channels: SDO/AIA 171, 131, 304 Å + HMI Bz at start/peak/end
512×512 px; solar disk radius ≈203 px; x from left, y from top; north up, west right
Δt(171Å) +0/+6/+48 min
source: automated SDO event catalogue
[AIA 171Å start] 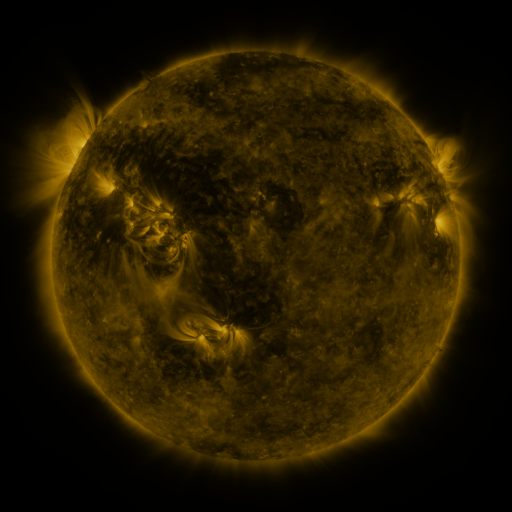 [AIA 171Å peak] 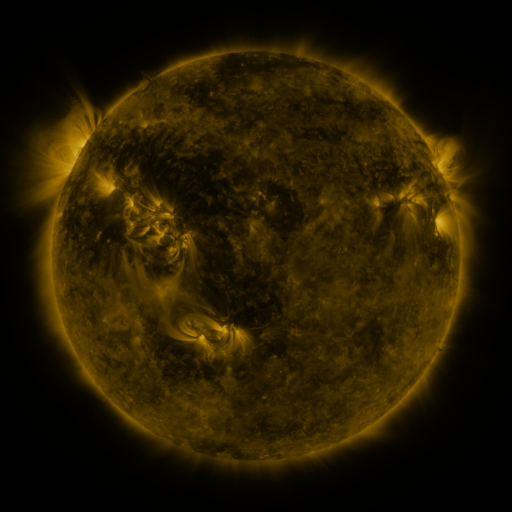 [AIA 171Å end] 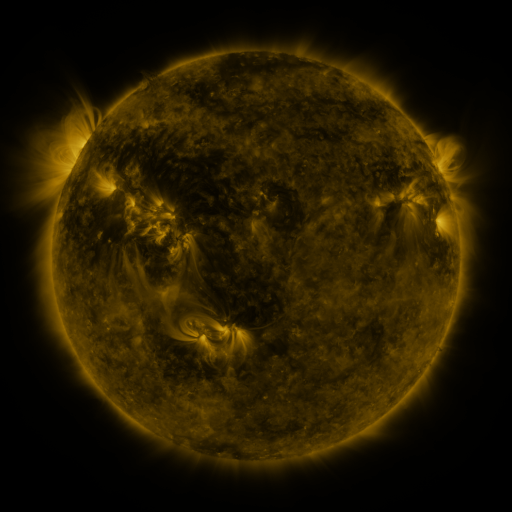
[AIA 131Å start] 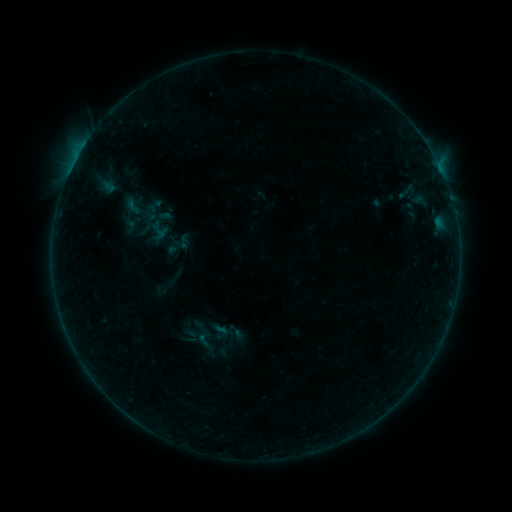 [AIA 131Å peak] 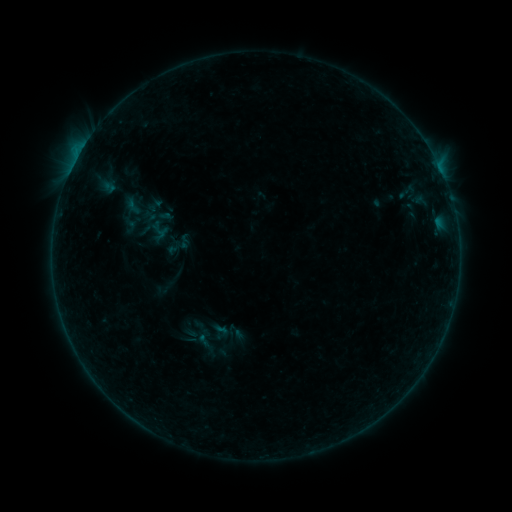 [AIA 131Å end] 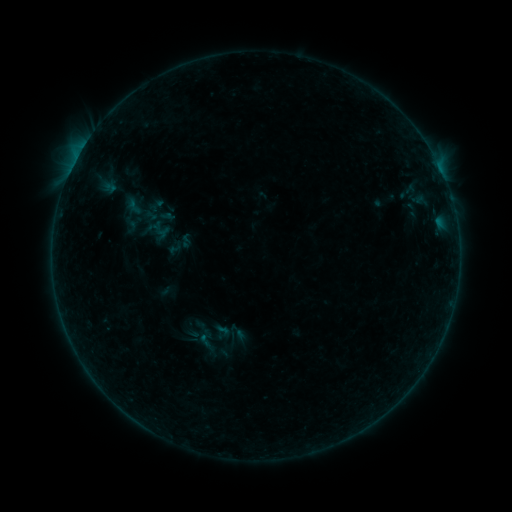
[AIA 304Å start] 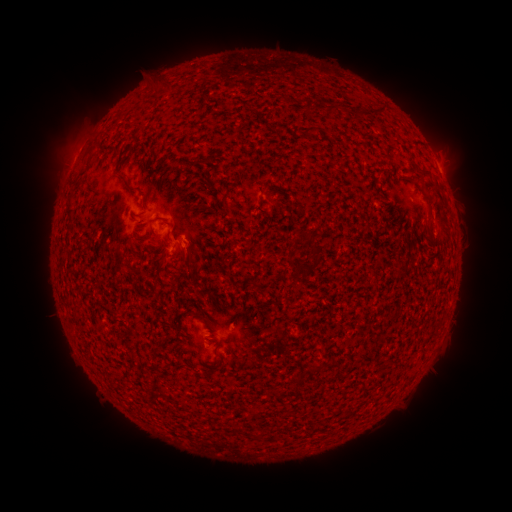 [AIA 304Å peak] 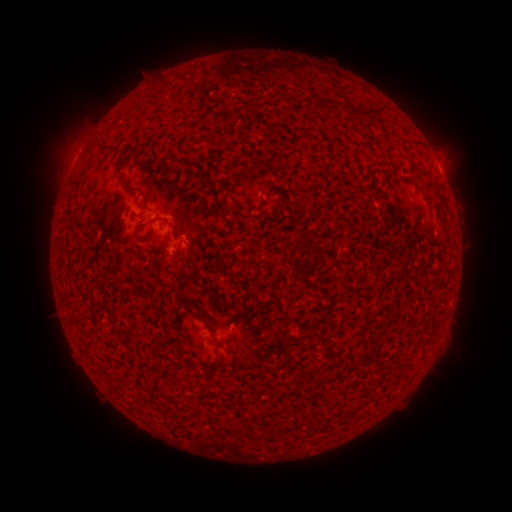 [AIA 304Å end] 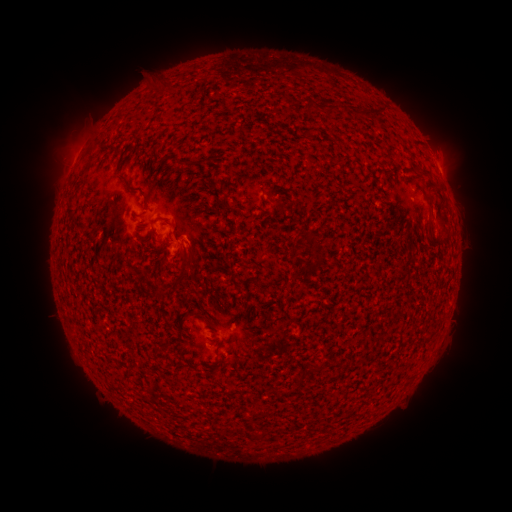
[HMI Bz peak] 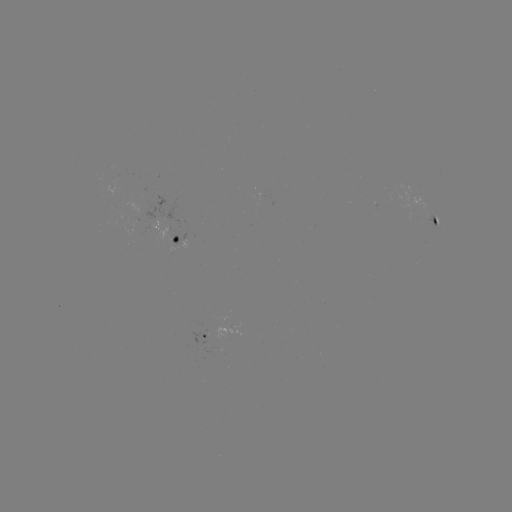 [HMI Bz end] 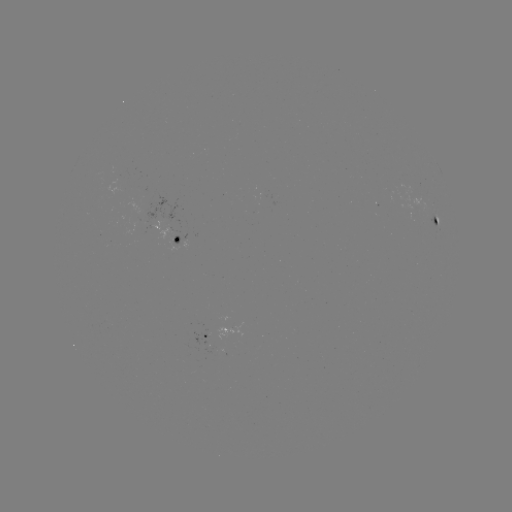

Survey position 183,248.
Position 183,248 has B2.1 flare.